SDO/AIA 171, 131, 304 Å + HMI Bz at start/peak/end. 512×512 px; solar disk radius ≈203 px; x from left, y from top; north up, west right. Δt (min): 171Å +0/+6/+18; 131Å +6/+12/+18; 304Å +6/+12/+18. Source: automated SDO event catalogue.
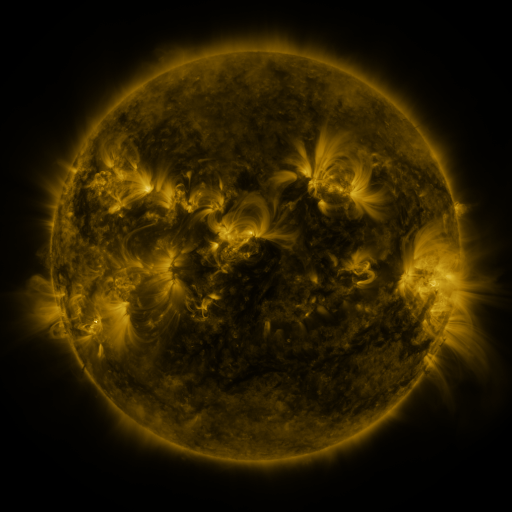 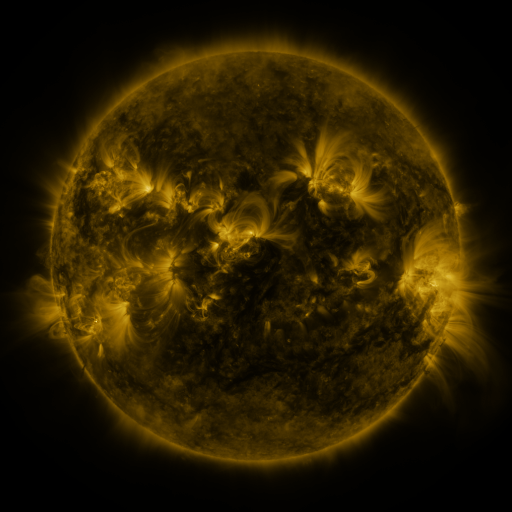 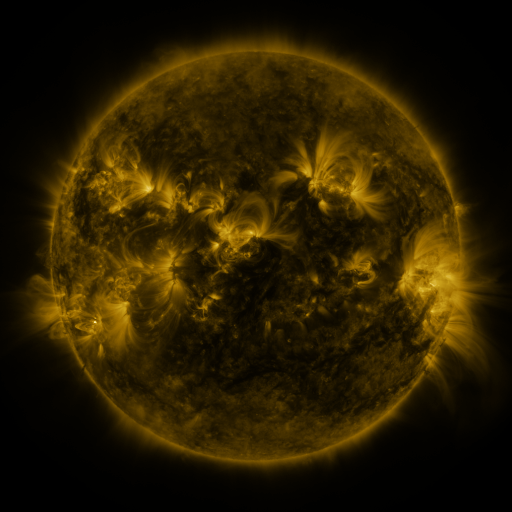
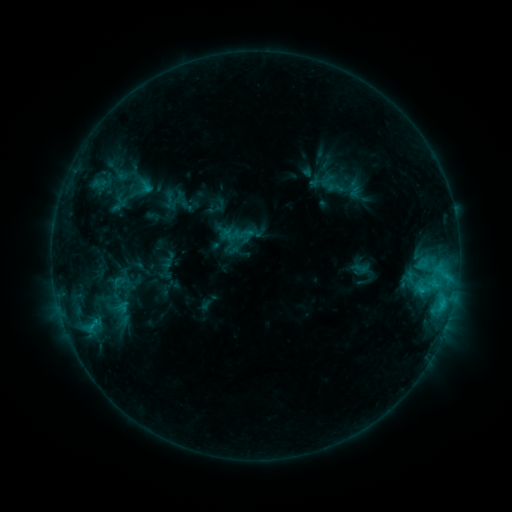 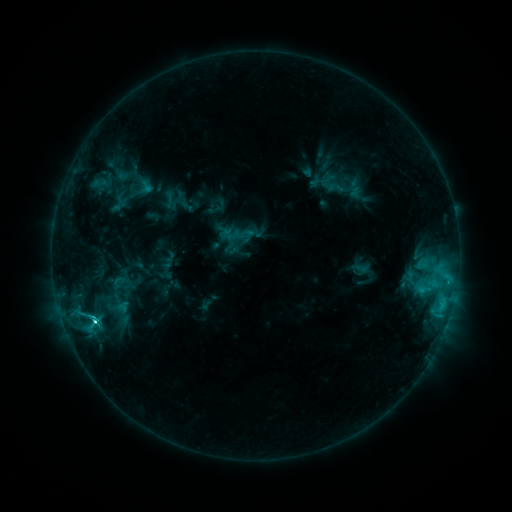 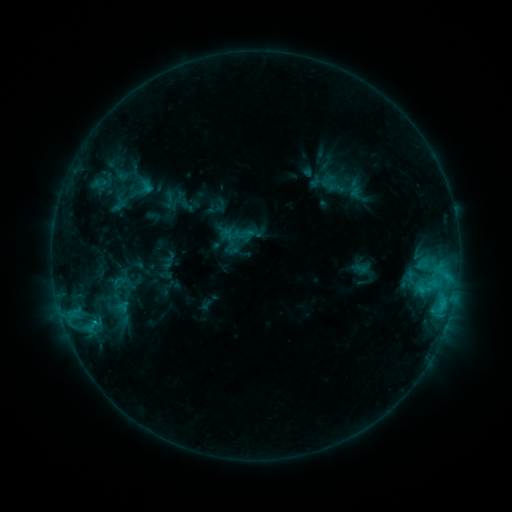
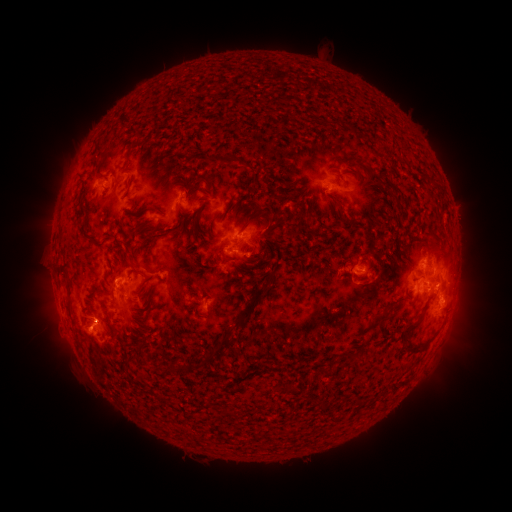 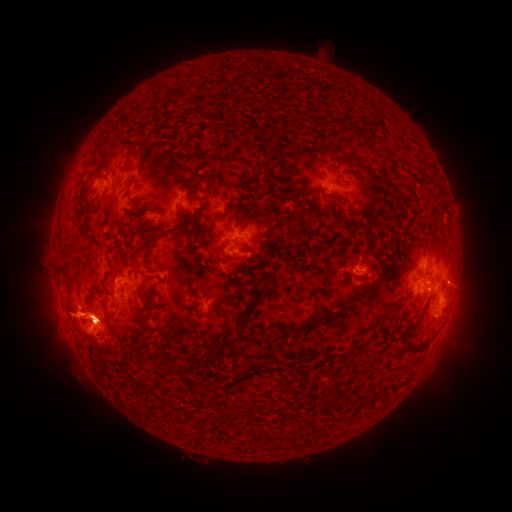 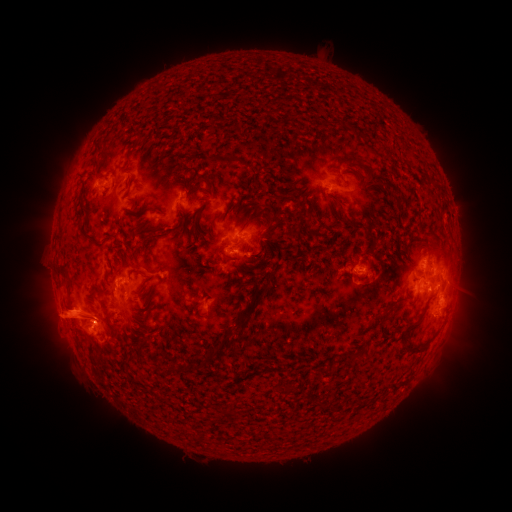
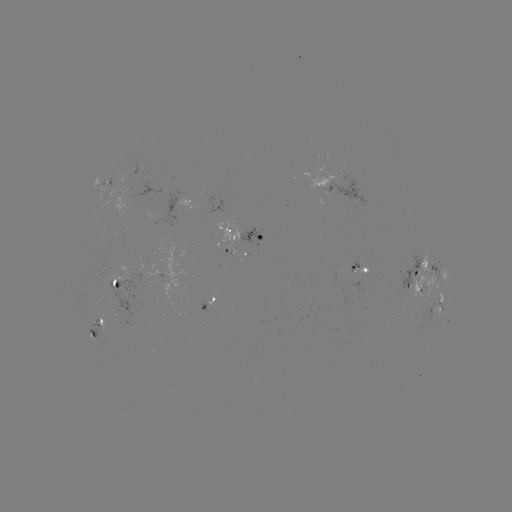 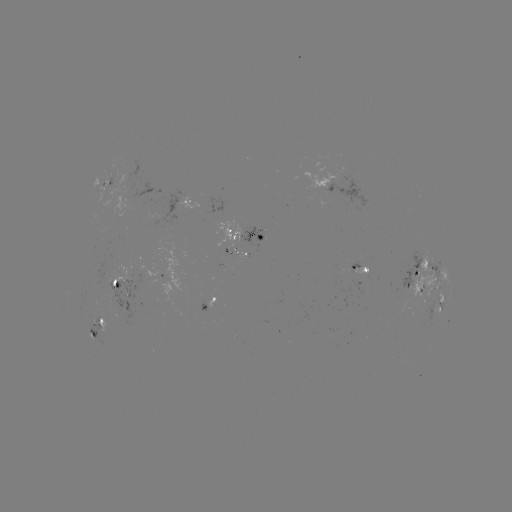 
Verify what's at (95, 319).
C6.8 flare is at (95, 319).